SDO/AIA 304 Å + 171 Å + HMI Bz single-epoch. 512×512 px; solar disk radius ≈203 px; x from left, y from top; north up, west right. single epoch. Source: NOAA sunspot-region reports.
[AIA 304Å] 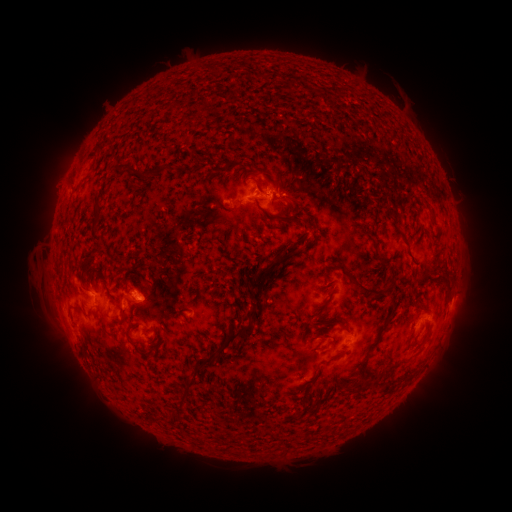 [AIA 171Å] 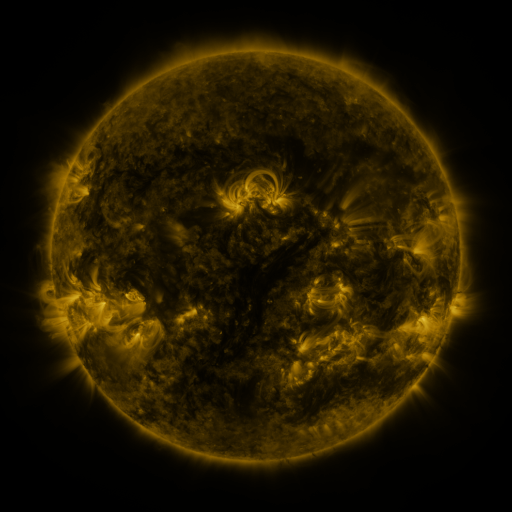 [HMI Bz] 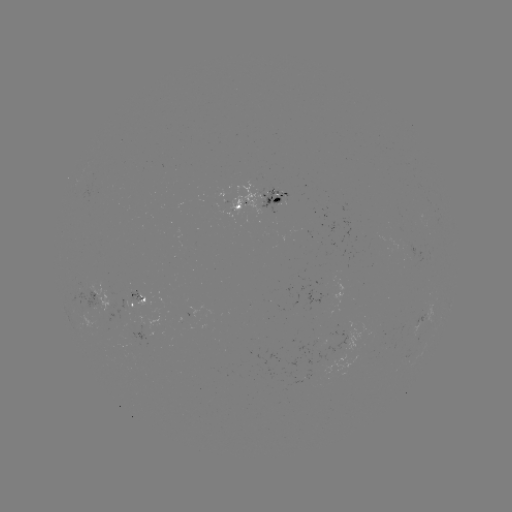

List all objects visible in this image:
spotted active region: (259, 199)
spotted active region: (134, 301)
spotted active region: (207, 314)
